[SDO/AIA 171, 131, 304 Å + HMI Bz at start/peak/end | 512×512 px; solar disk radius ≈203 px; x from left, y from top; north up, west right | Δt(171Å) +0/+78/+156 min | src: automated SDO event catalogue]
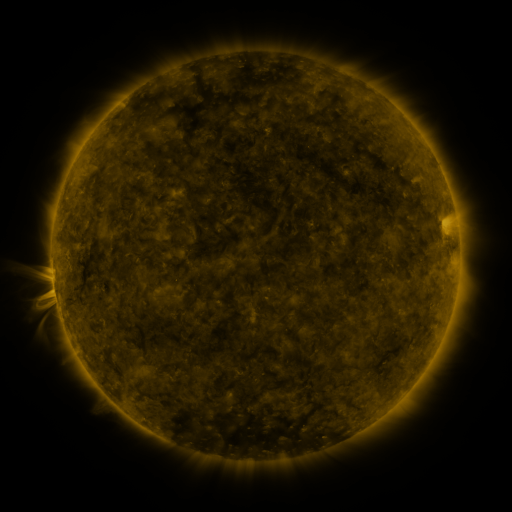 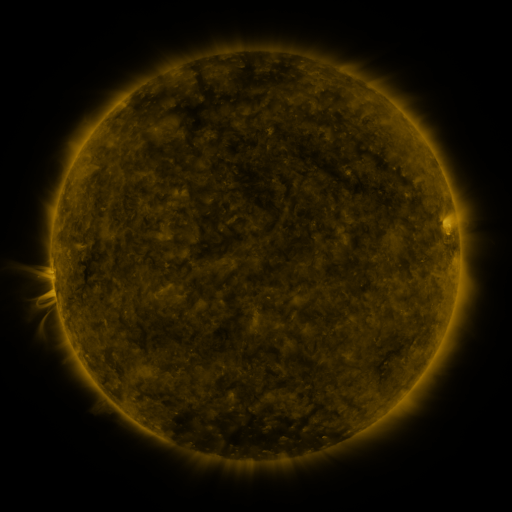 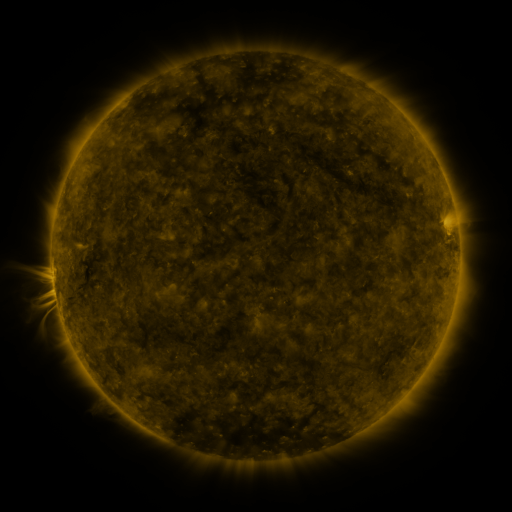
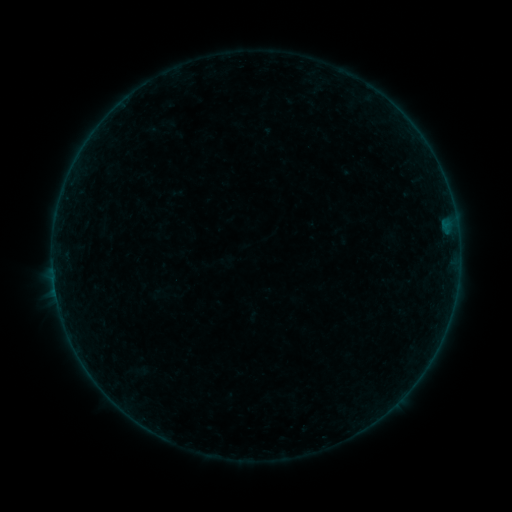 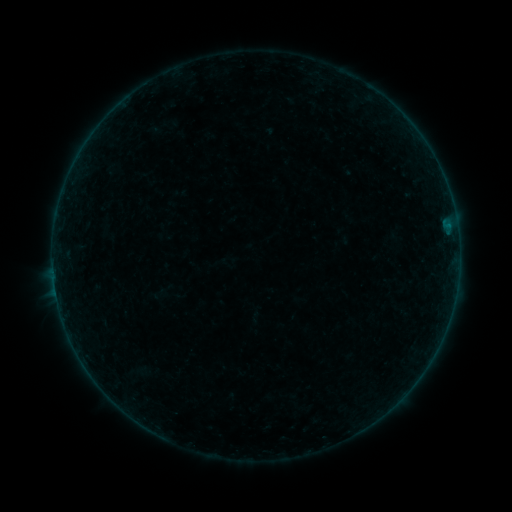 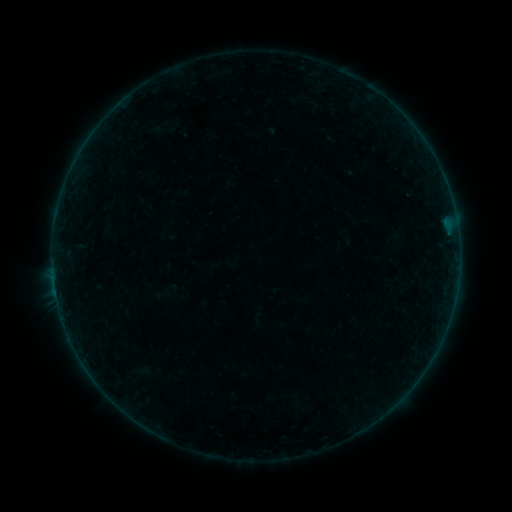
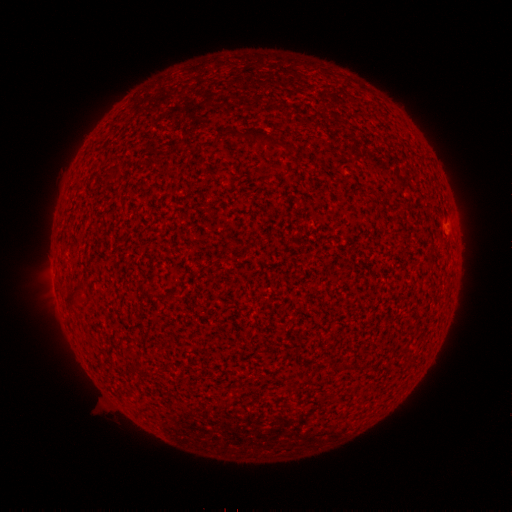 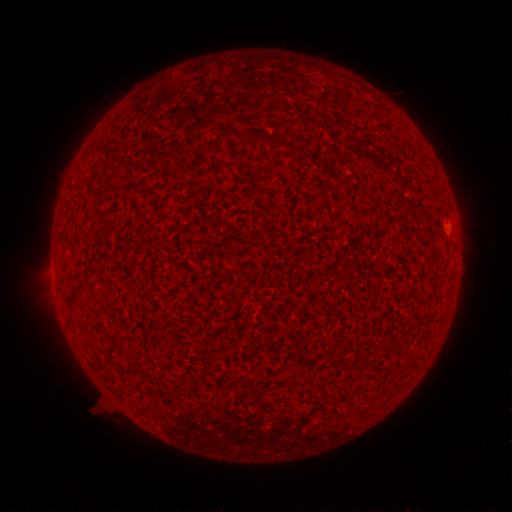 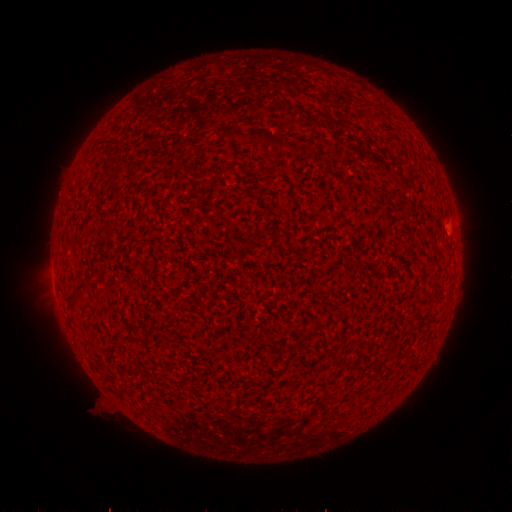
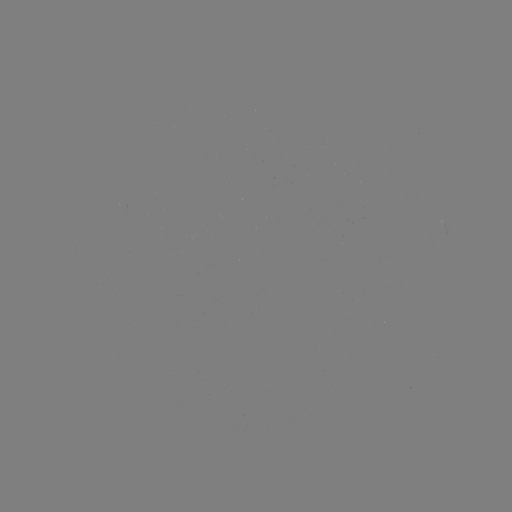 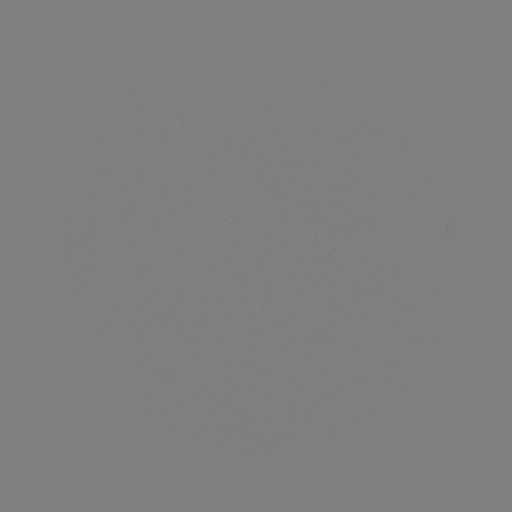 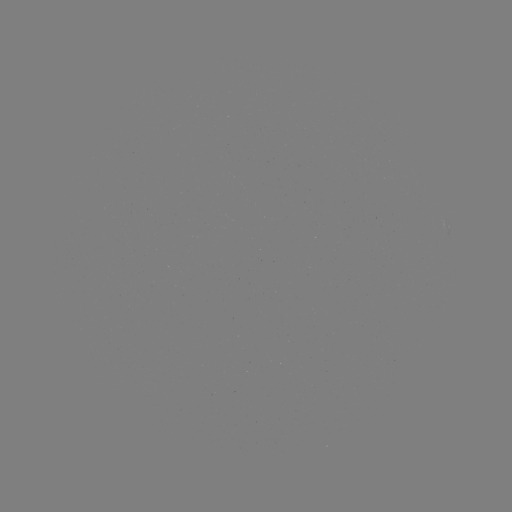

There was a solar filament eruption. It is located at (456, 226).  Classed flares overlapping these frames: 1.